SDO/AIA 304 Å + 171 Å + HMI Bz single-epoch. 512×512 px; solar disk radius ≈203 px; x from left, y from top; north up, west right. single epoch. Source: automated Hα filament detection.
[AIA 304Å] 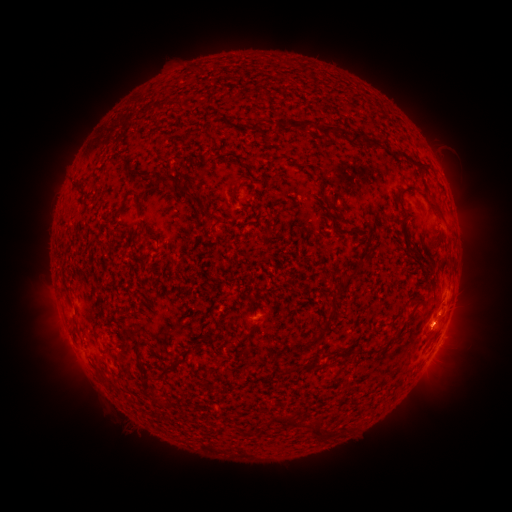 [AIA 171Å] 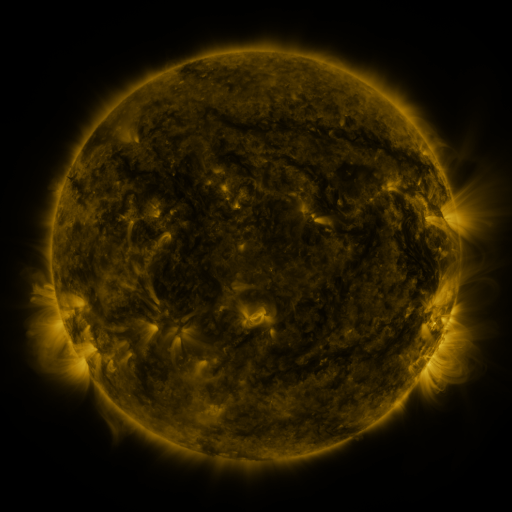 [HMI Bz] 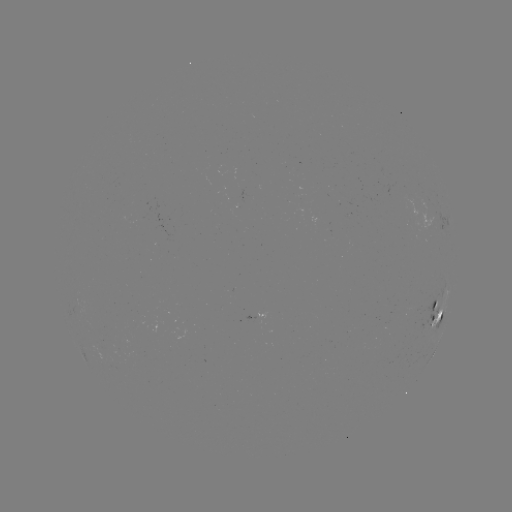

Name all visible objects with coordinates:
filament: (300, 125)
filament: (353, 139)
filament: (165, 178)
filament: (411, 188)
filament: (189, 194)
filament: (138, 204)
filament: (440, 212)
filament: (348, 278)
filament: (434, 305)
filament: (330, 317)
filament: (137, 344)
filament: (165, 368)
filament: (288, 420)
filament: (315, 433)
